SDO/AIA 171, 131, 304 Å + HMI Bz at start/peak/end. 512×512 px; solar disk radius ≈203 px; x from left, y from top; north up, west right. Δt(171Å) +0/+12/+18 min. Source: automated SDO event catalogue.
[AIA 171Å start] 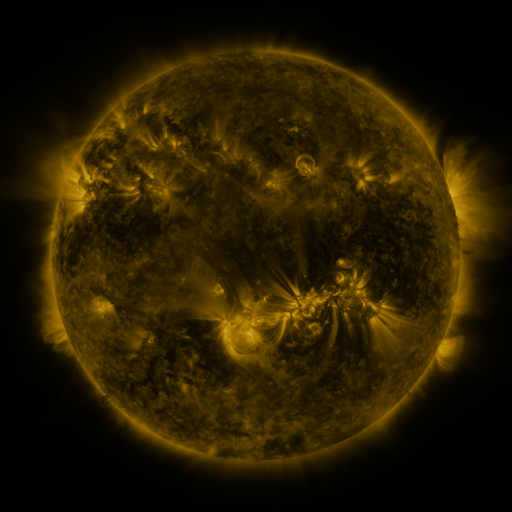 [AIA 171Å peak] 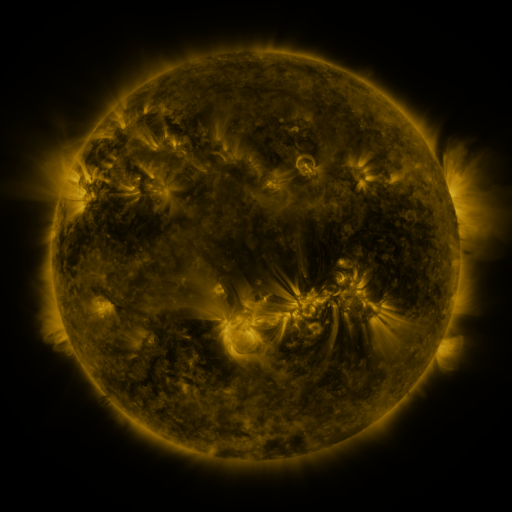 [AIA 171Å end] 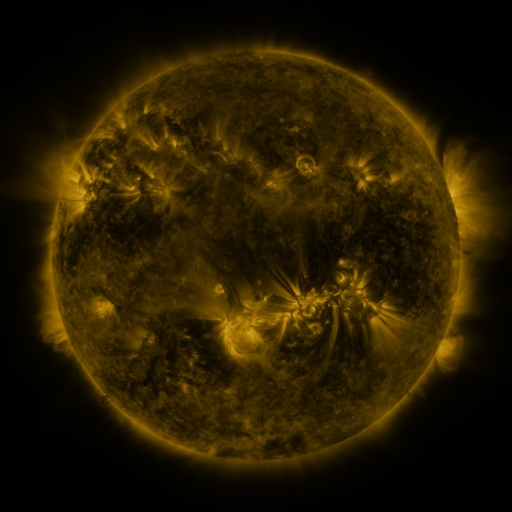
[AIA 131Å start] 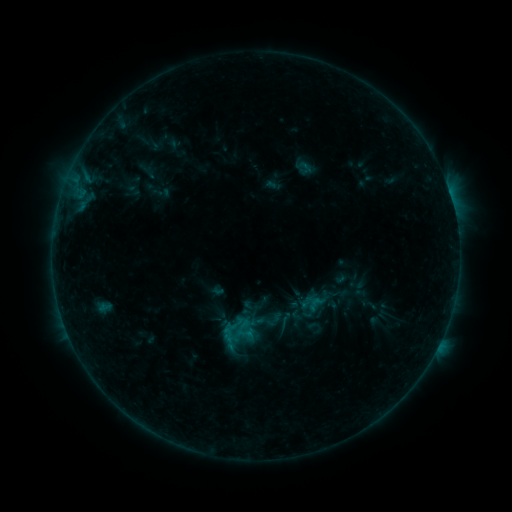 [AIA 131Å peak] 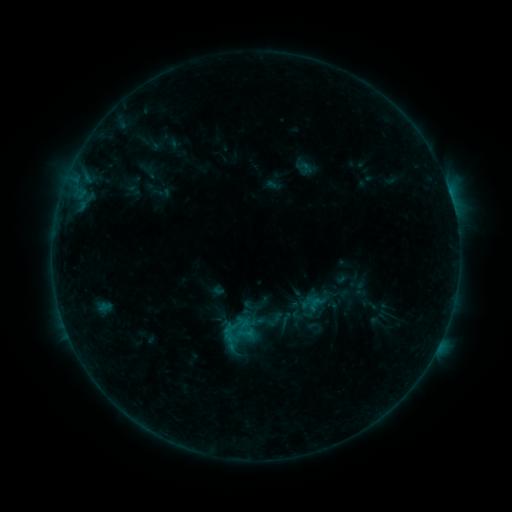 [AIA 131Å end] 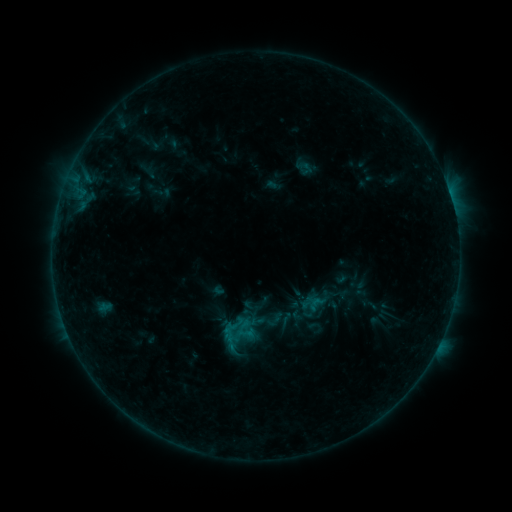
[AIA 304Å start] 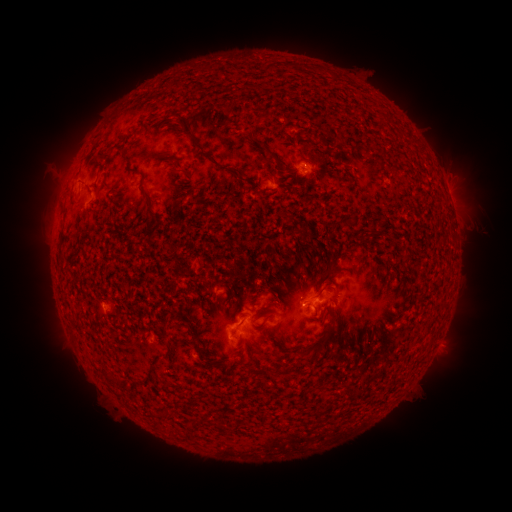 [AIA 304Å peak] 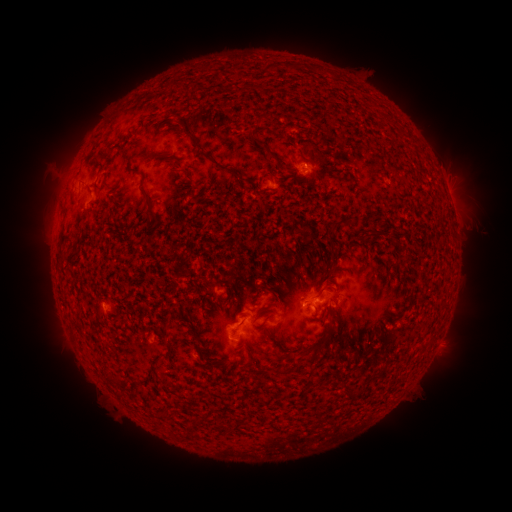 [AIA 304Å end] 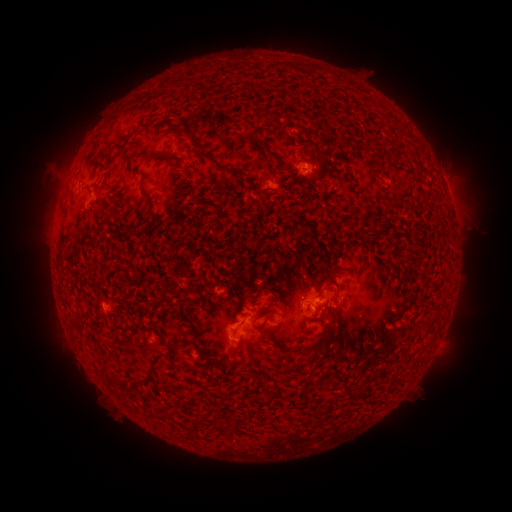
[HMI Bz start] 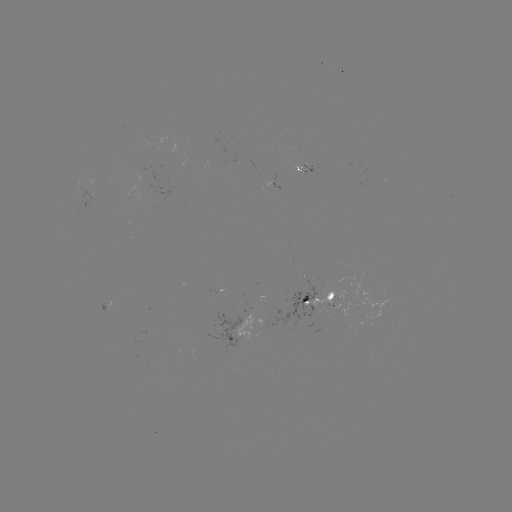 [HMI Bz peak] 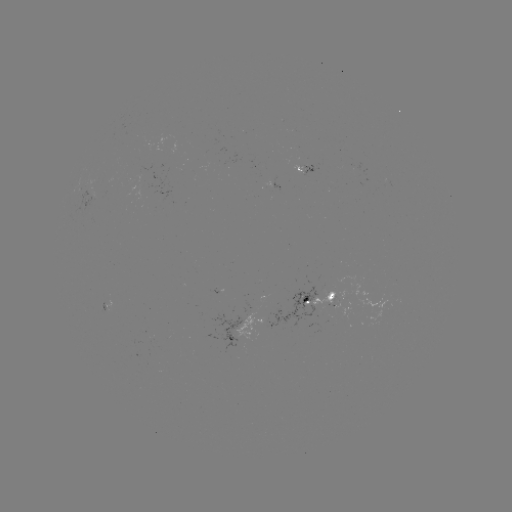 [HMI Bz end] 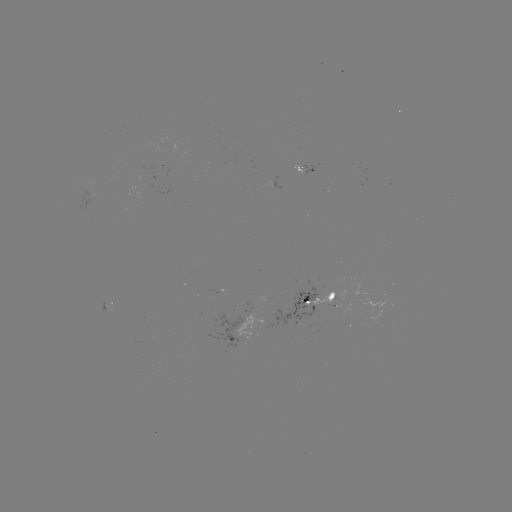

no catalogued flare and no flagged EUV brightening in this window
